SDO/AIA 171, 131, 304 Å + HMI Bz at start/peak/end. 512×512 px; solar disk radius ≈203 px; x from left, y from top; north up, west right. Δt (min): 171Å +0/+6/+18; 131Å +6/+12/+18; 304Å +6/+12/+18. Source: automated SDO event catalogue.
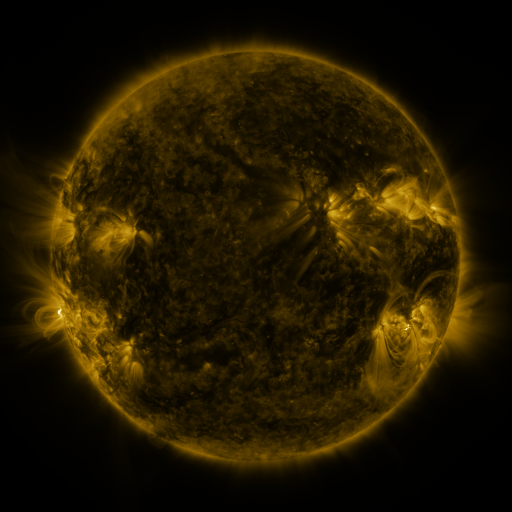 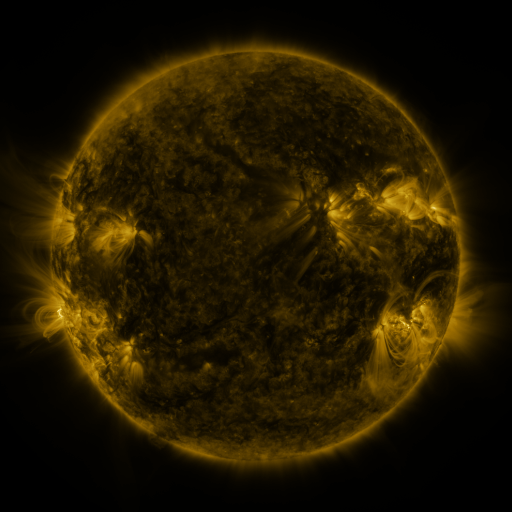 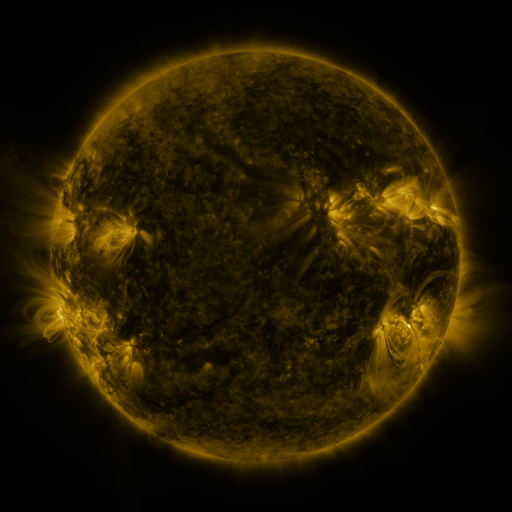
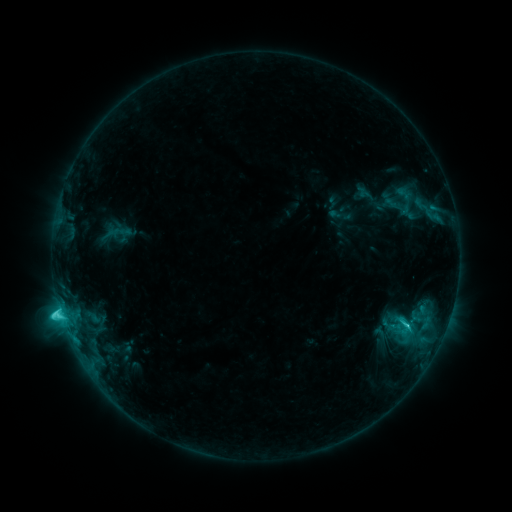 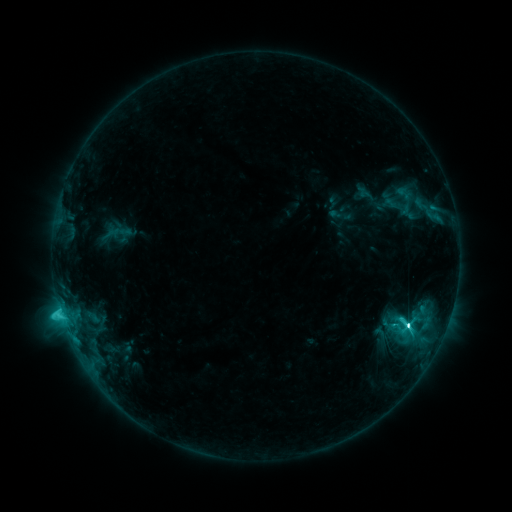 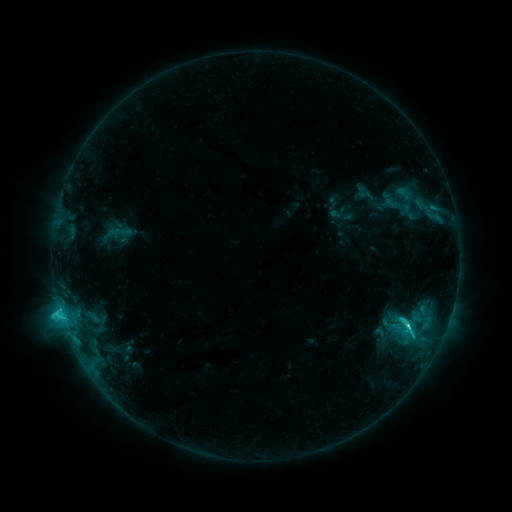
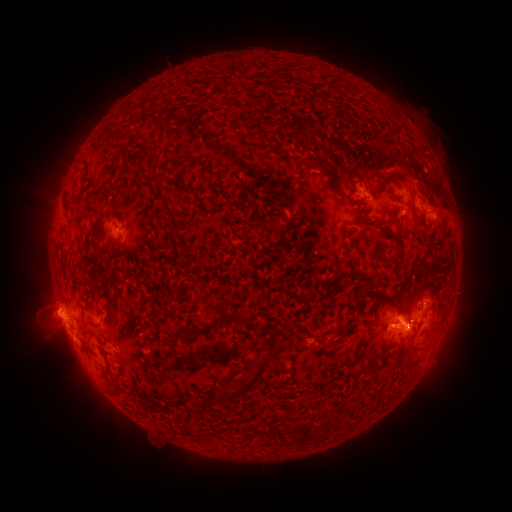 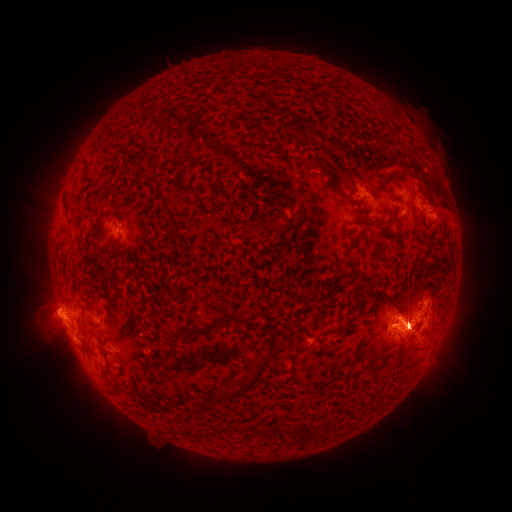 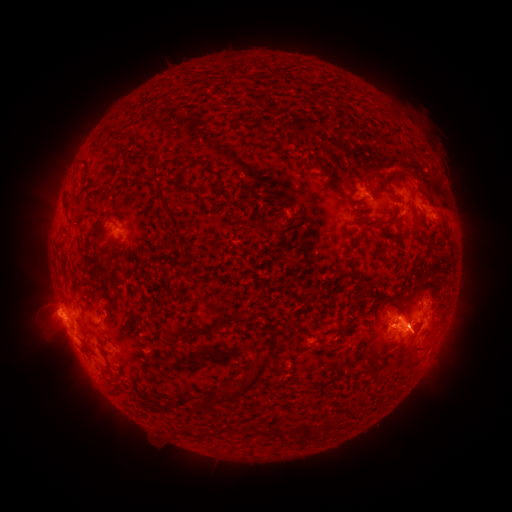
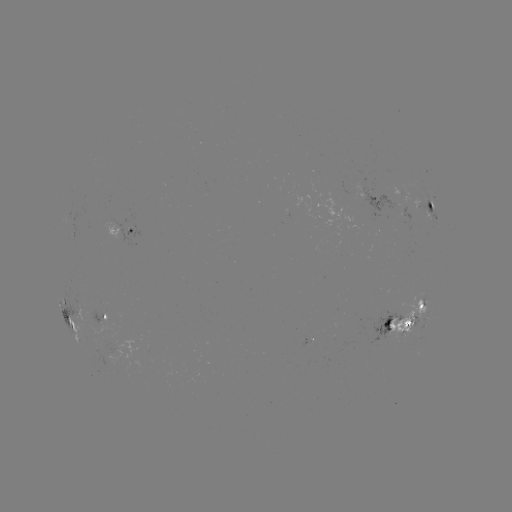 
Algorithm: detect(C9.2 flare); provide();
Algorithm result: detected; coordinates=407,322